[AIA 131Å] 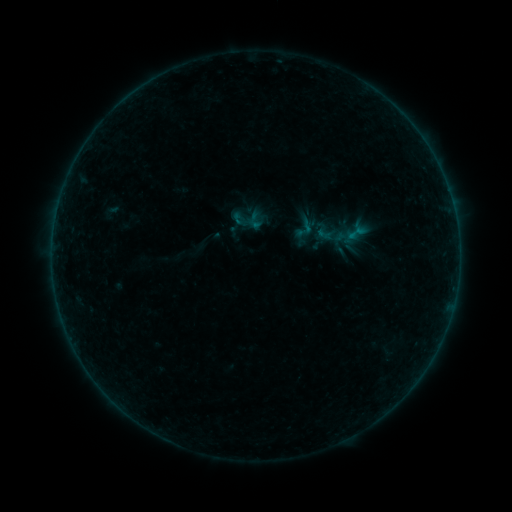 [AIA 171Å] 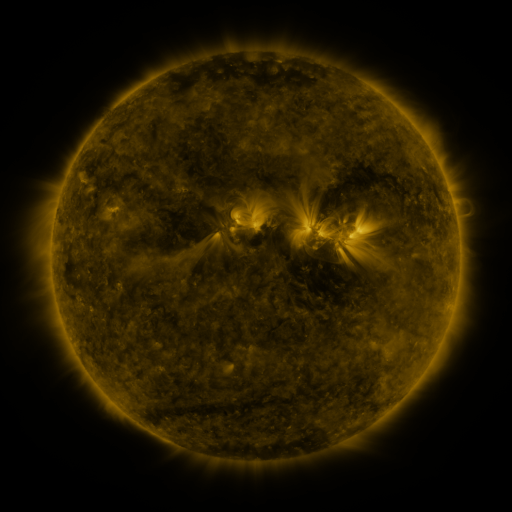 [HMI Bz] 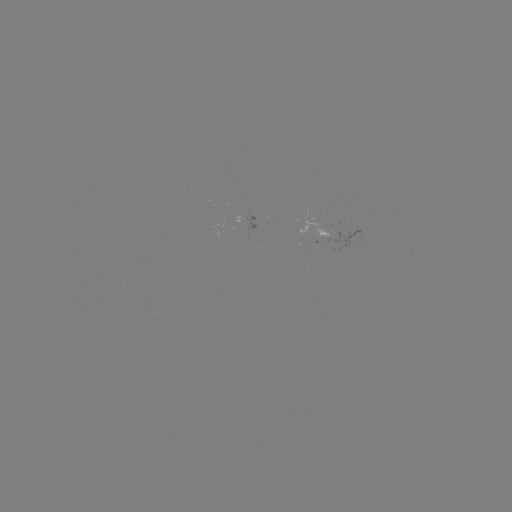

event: sigmoid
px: (304, 232)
